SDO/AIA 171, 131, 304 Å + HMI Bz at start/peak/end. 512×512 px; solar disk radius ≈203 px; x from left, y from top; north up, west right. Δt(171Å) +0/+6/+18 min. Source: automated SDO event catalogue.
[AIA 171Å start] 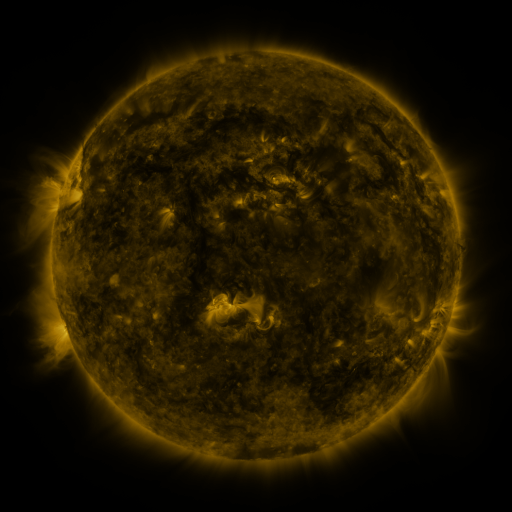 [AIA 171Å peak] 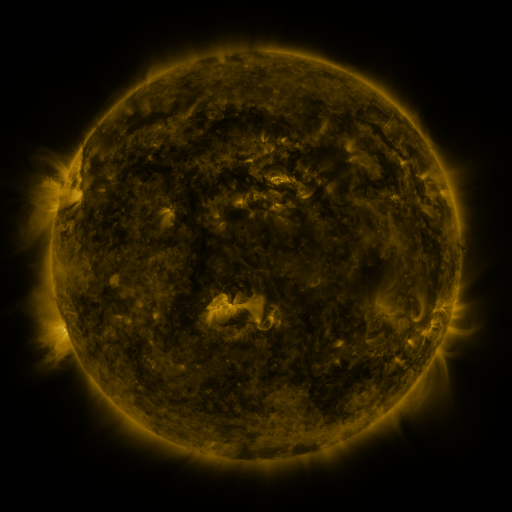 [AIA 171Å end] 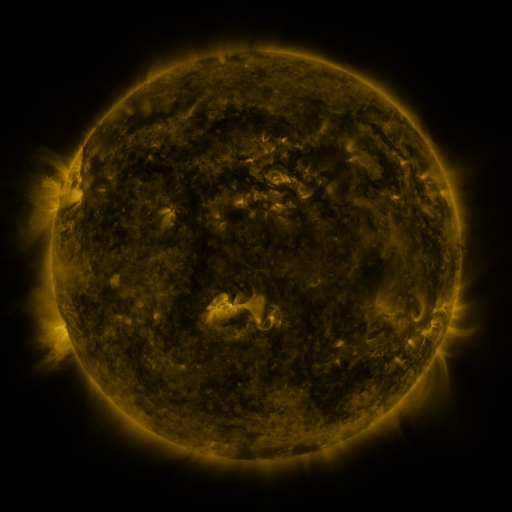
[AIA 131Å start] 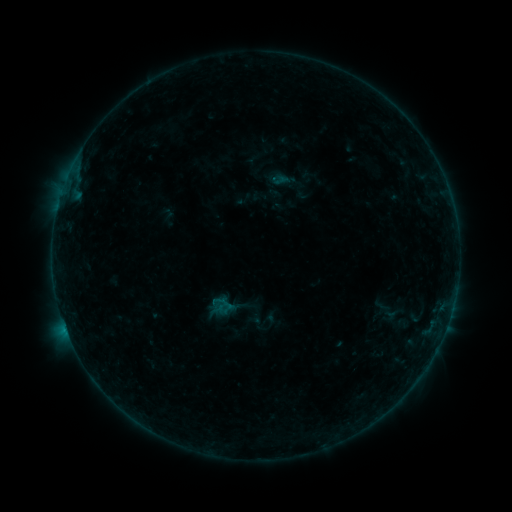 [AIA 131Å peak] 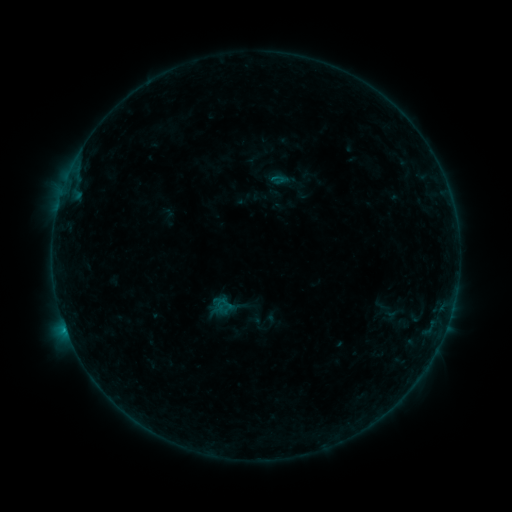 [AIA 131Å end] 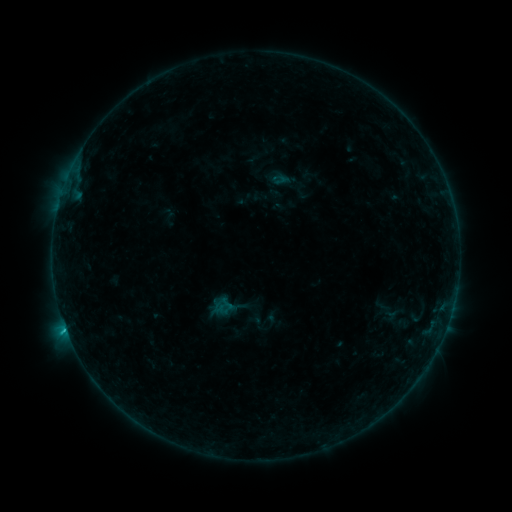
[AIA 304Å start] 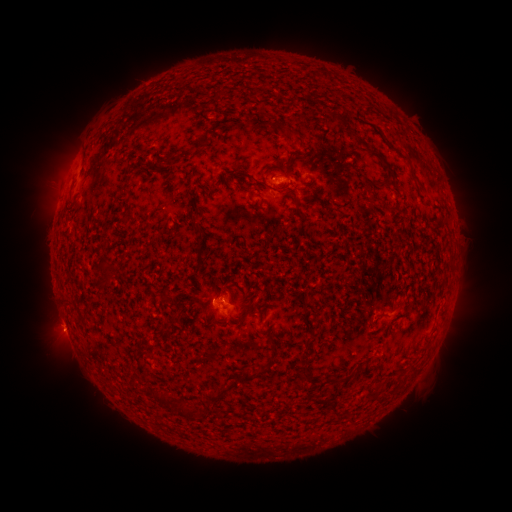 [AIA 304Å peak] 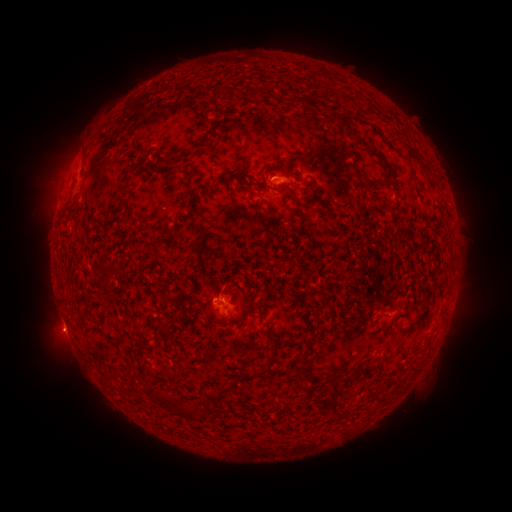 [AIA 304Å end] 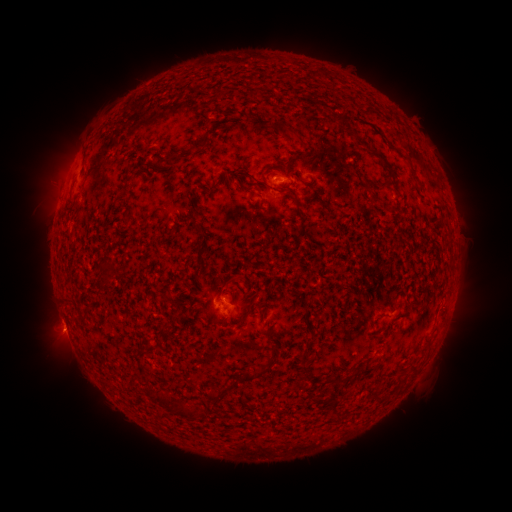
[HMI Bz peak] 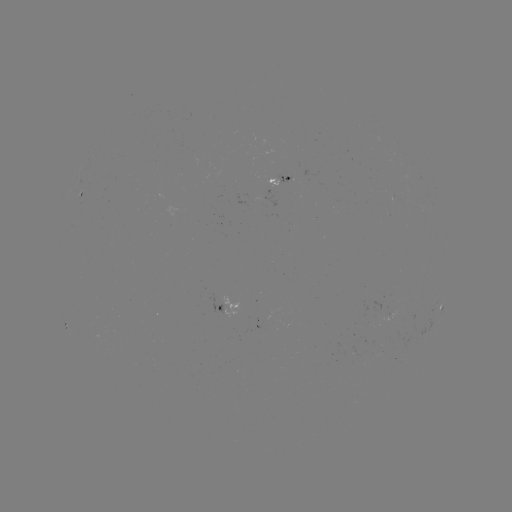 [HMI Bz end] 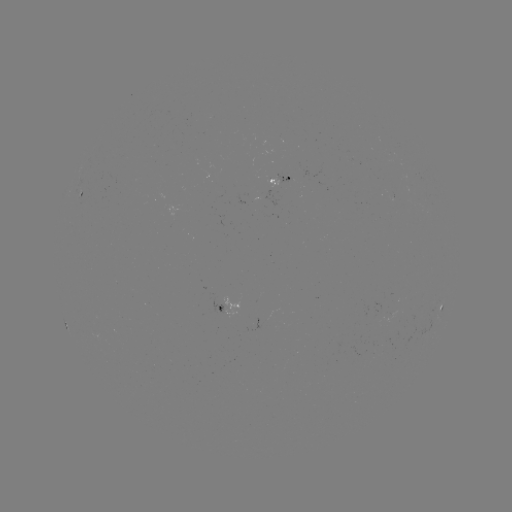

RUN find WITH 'eruption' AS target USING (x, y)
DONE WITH (56, 337) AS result